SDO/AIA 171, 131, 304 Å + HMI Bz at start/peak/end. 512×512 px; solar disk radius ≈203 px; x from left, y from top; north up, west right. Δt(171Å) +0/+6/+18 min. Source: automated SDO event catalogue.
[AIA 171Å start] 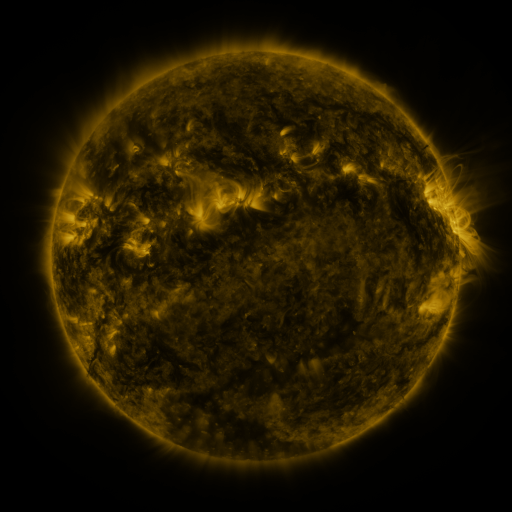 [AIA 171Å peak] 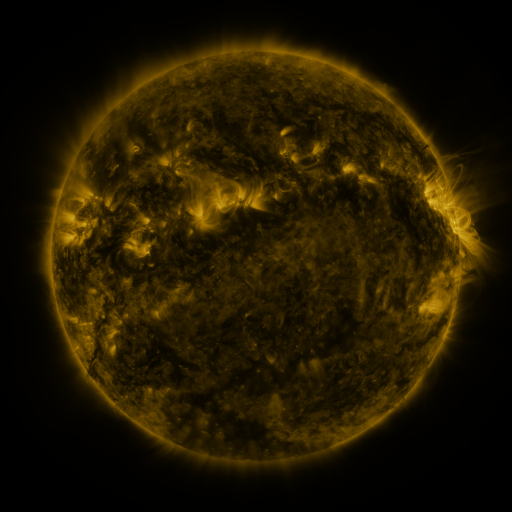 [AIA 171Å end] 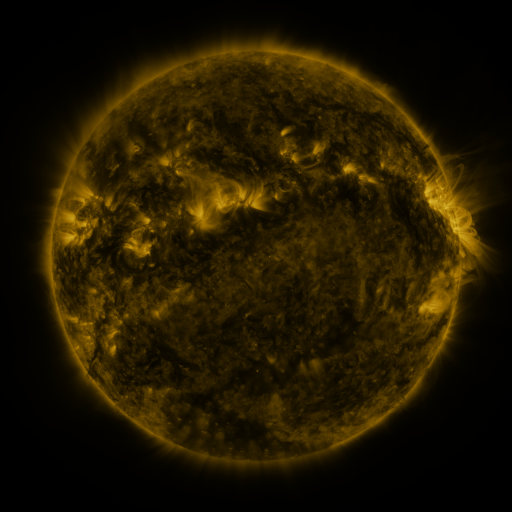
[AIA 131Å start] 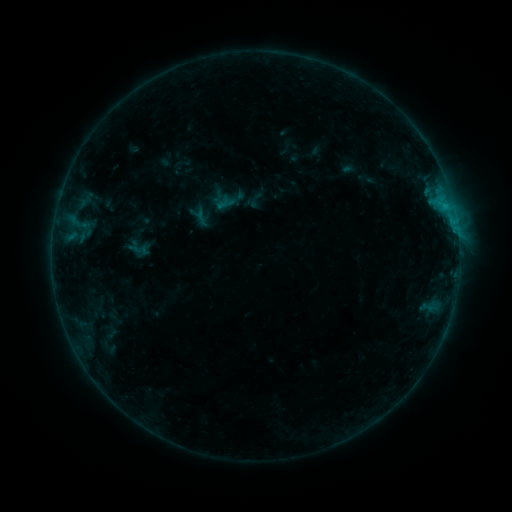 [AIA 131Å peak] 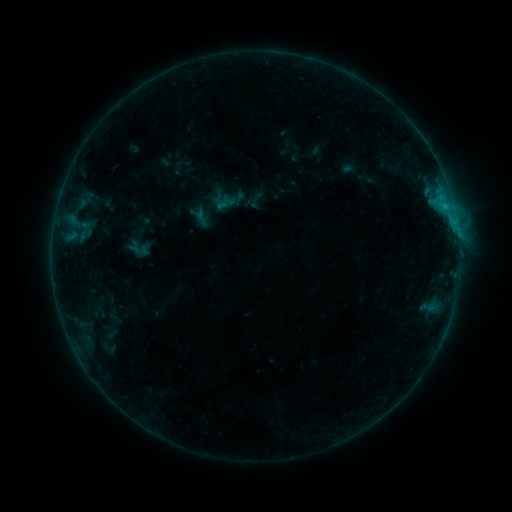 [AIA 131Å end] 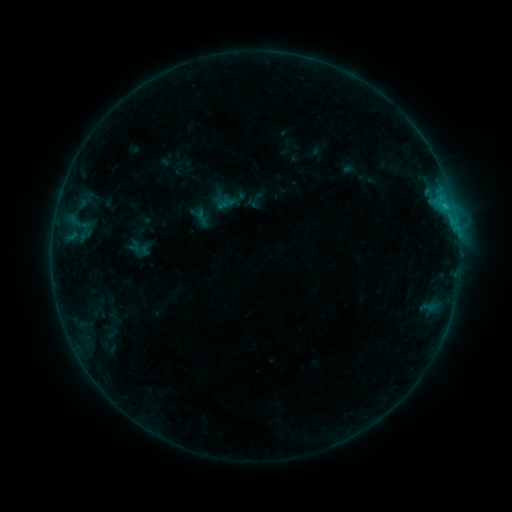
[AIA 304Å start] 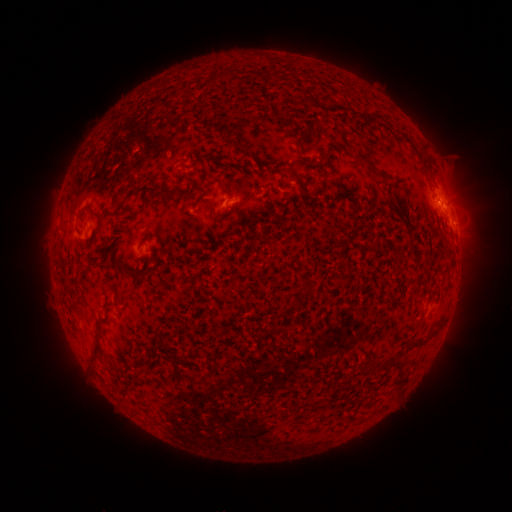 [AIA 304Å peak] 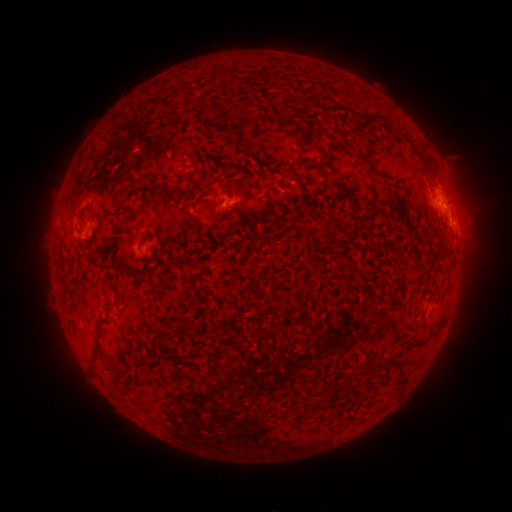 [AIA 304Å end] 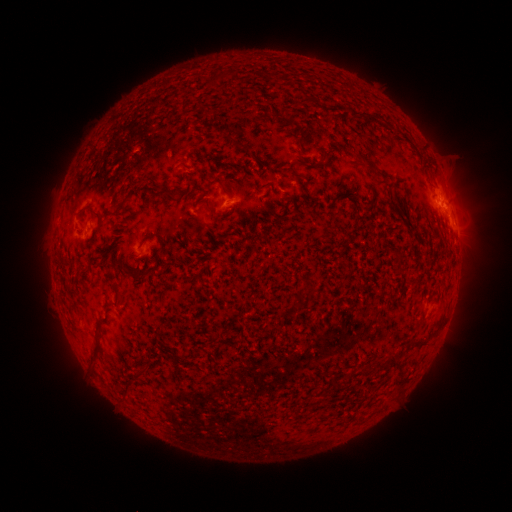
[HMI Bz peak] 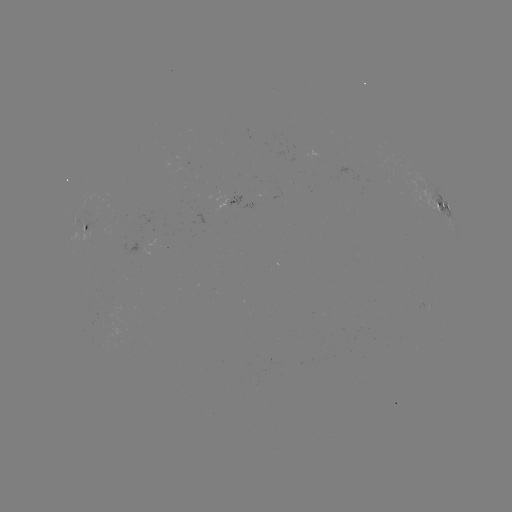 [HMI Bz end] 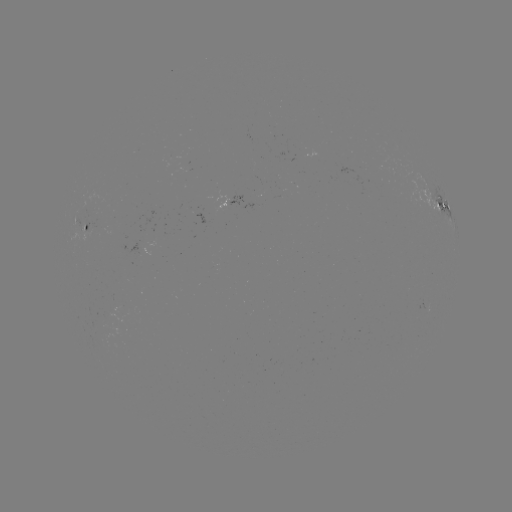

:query B5.4 flare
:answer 441,199